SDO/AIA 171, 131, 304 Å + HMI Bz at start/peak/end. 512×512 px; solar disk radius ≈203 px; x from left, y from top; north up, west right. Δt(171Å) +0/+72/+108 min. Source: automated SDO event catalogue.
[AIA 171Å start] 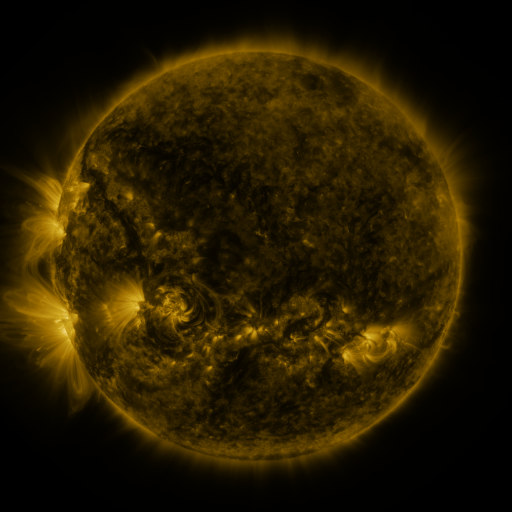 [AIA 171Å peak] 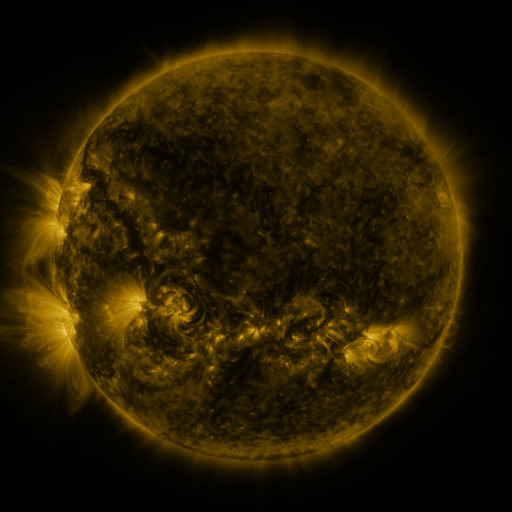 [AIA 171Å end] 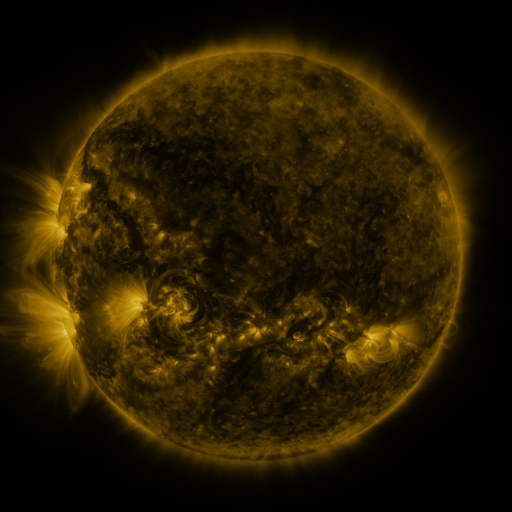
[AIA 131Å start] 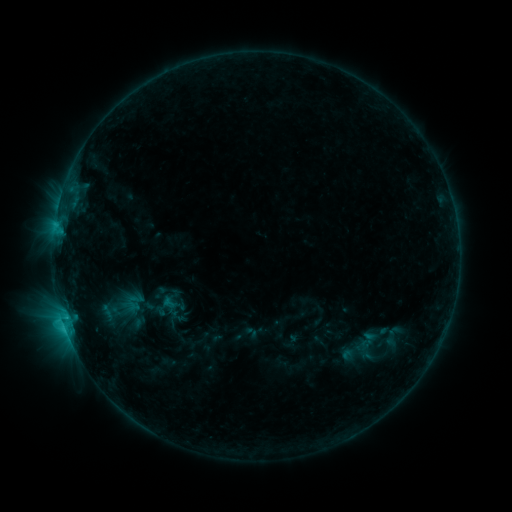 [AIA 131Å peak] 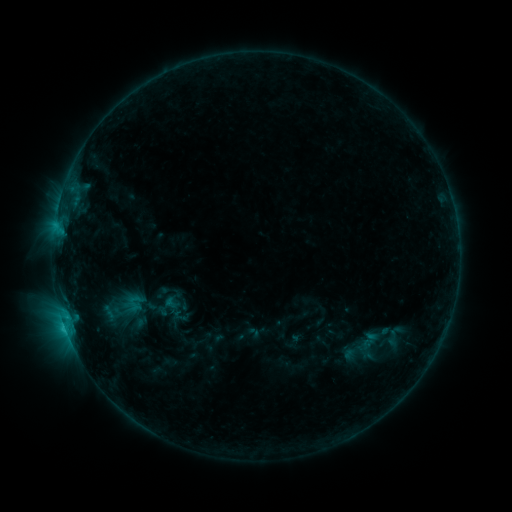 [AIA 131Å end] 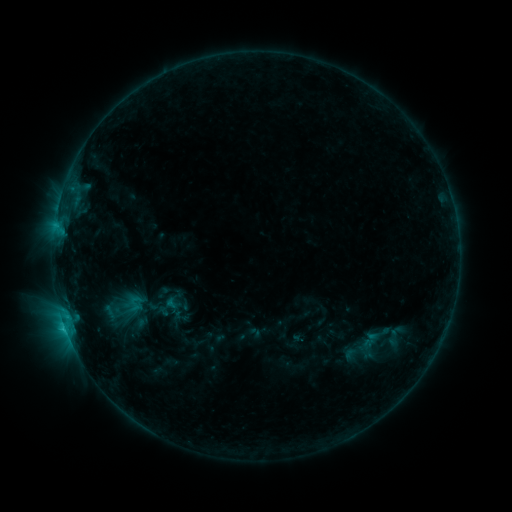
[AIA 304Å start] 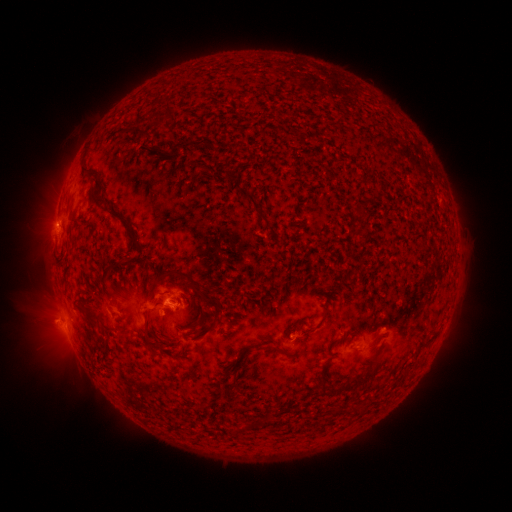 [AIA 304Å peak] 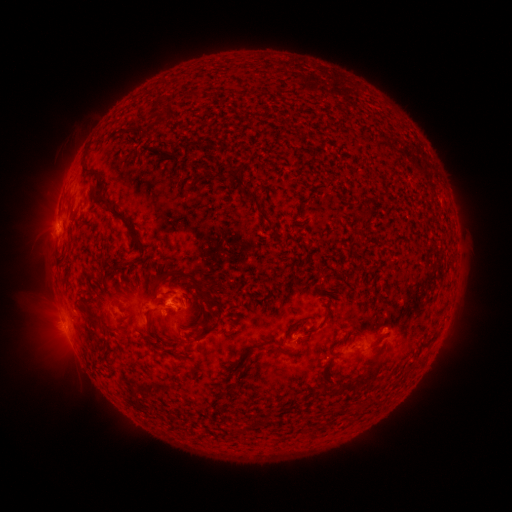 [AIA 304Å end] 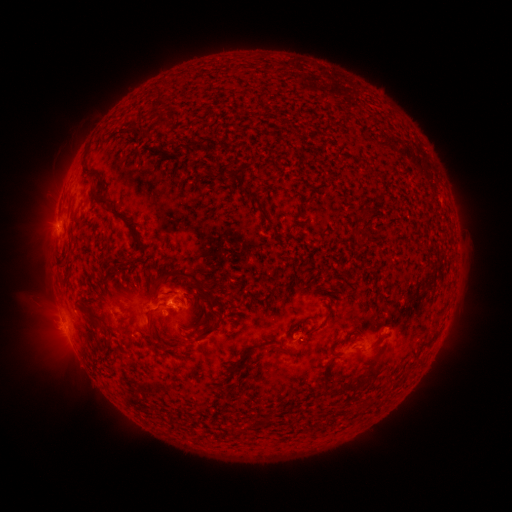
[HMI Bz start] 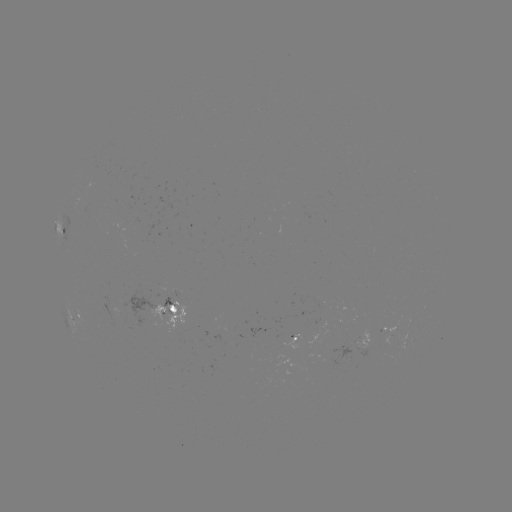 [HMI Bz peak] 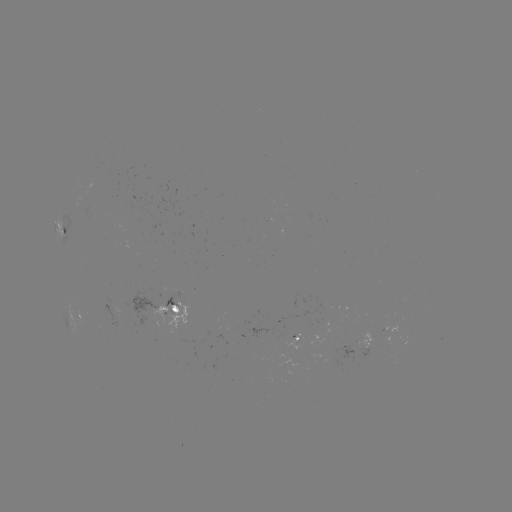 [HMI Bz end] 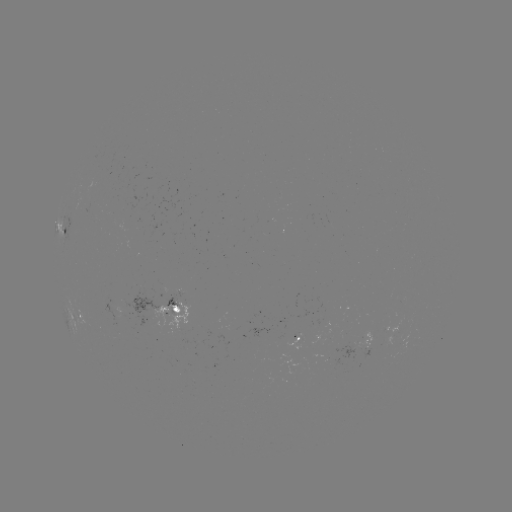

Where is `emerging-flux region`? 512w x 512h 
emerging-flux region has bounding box [284, 335, 303, 351].